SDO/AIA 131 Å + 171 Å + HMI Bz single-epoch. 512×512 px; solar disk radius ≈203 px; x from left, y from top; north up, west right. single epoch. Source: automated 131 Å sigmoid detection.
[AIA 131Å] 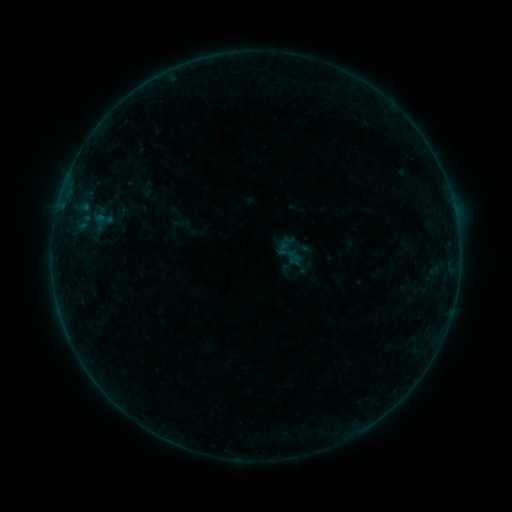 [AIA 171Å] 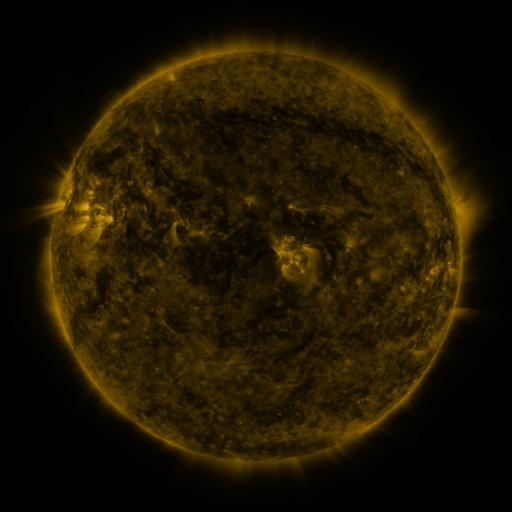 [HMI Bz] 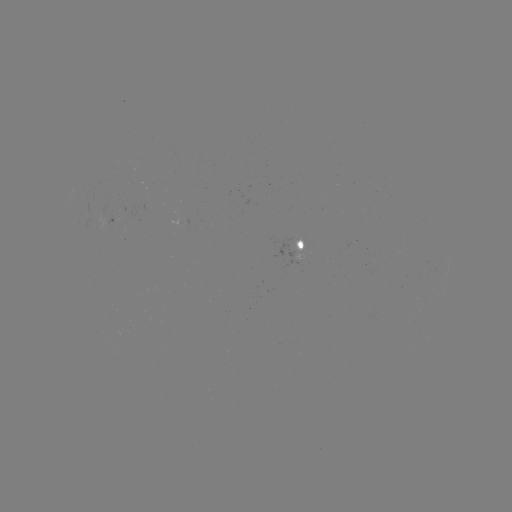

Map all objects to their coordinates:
sigmoid: [270, 231, 308, 270]
